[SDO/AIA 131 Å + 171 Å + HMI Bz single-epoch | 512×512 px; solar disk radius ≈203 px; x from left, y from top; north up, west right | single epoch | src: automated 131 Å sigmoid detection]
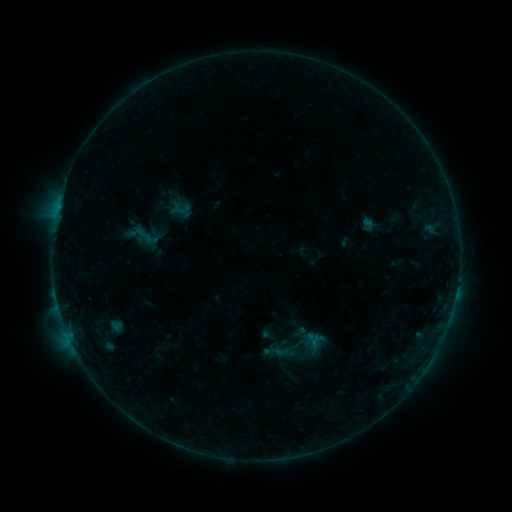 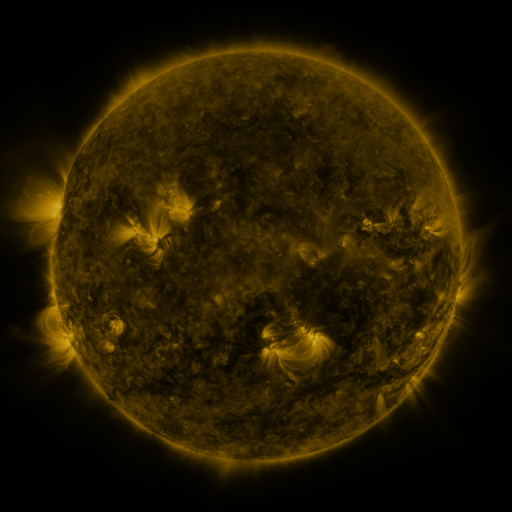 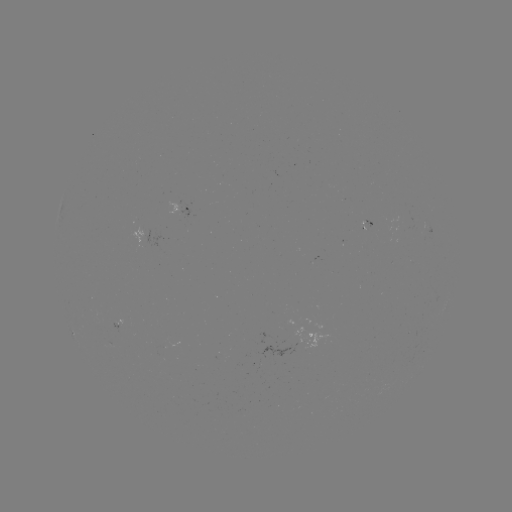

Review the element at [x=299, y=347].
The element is sigmoid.